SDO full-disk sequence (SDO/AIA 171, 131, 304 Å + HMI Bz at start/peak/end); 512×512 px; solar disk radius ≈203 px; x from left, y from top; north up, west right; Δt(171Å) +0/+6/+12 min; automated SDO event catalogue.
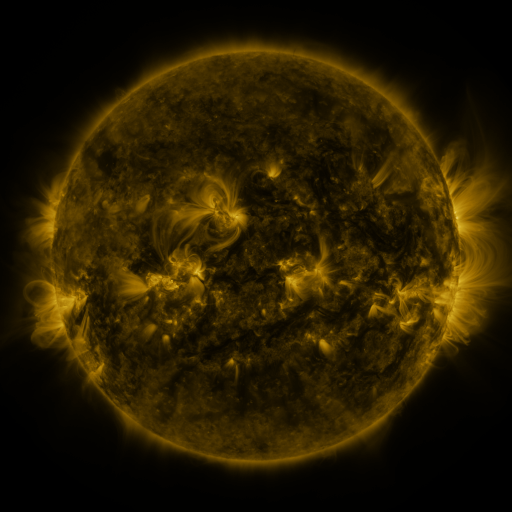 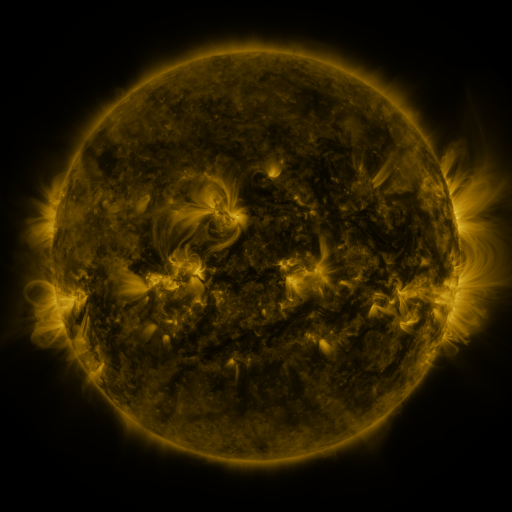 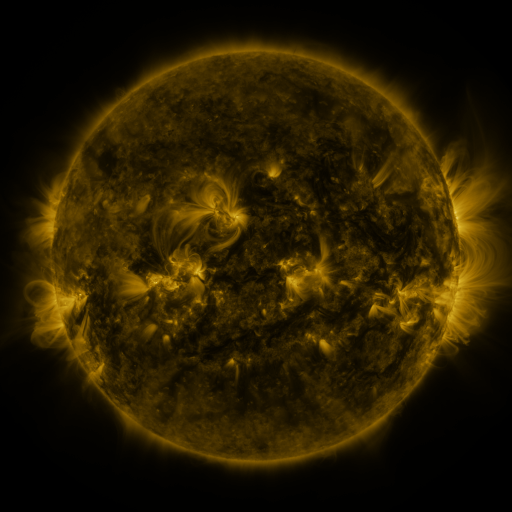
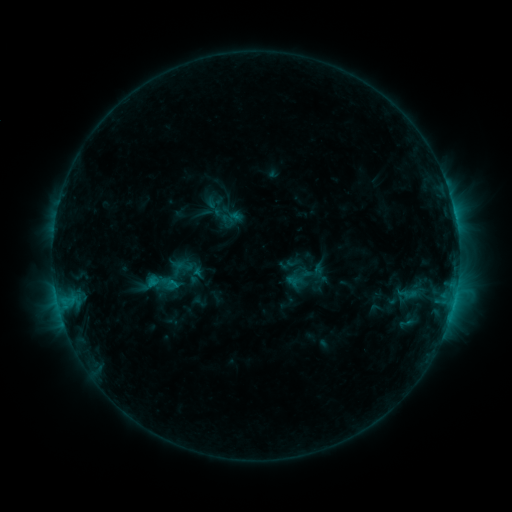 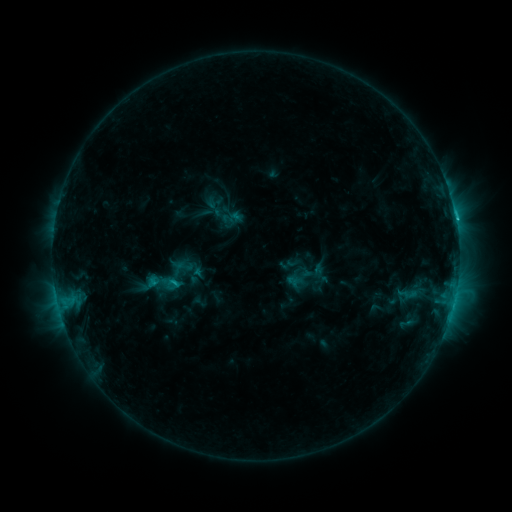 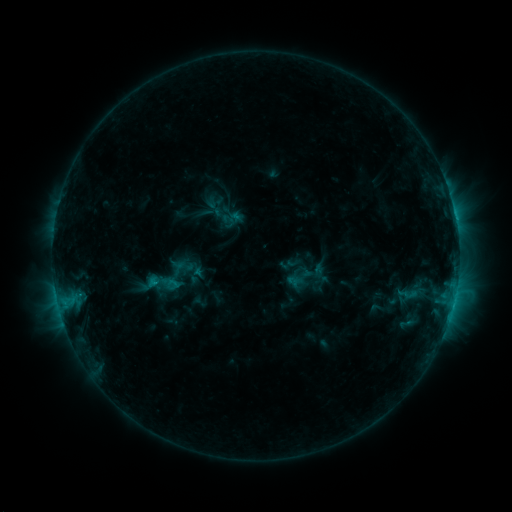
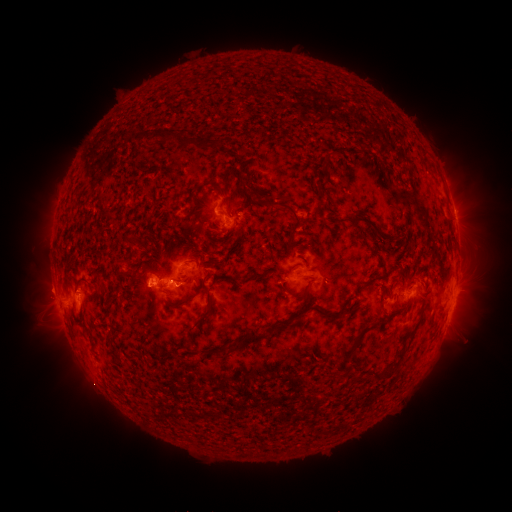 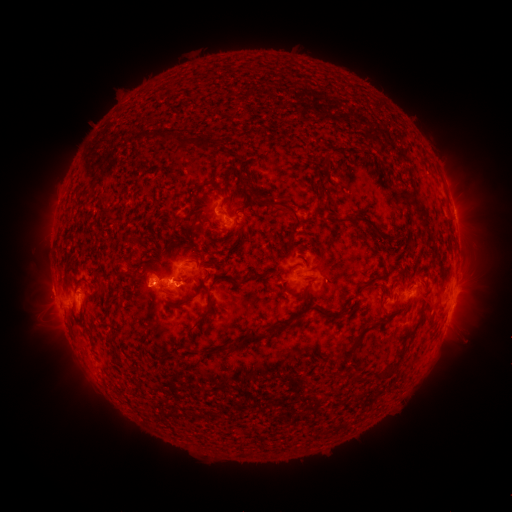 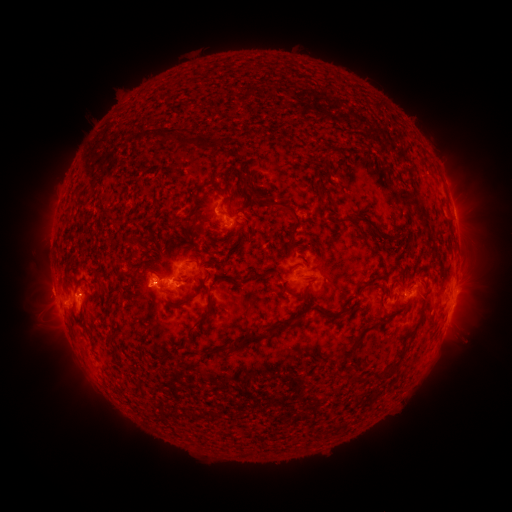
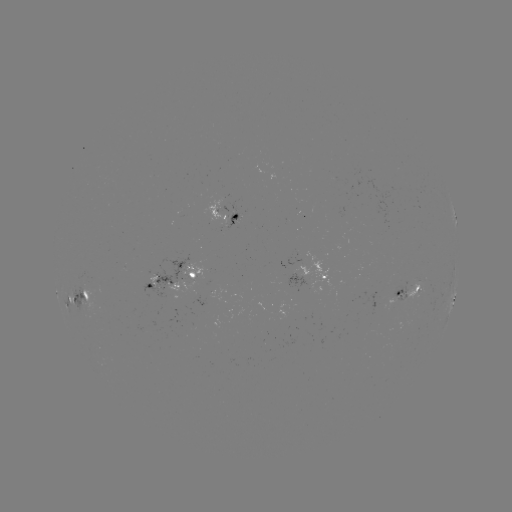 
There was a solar flare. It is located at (354, 232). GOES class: C2.5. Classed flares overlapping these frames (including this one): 1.